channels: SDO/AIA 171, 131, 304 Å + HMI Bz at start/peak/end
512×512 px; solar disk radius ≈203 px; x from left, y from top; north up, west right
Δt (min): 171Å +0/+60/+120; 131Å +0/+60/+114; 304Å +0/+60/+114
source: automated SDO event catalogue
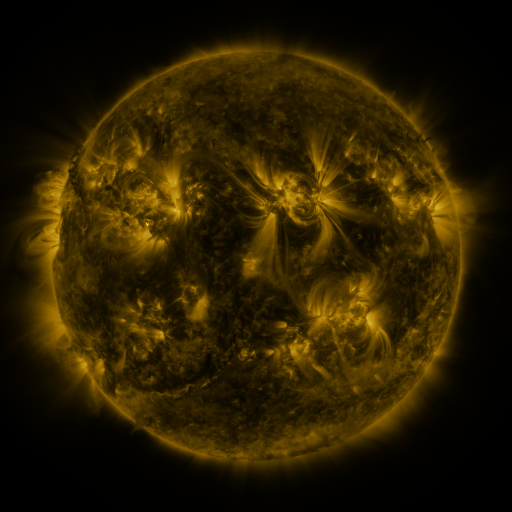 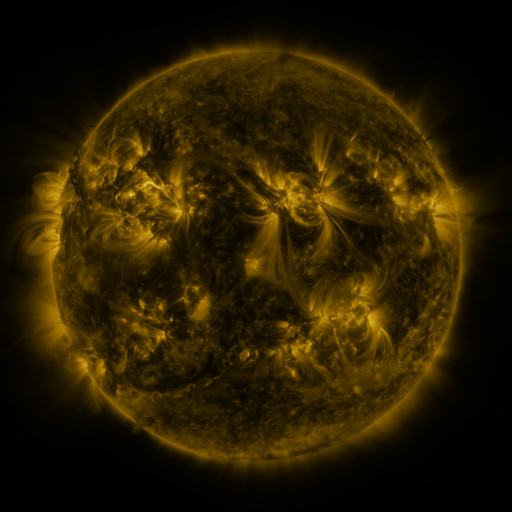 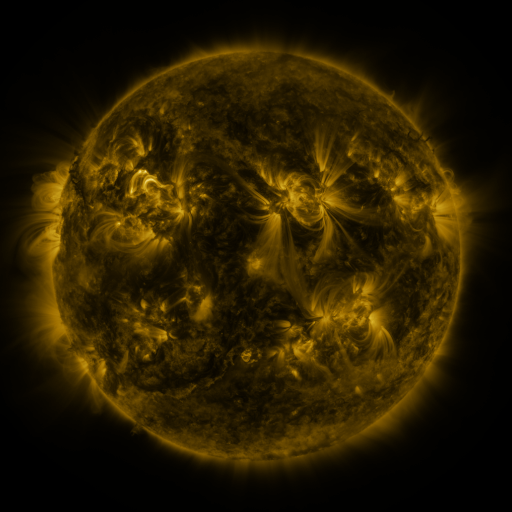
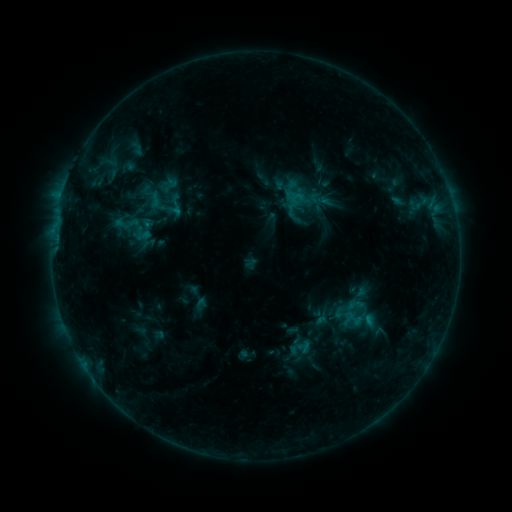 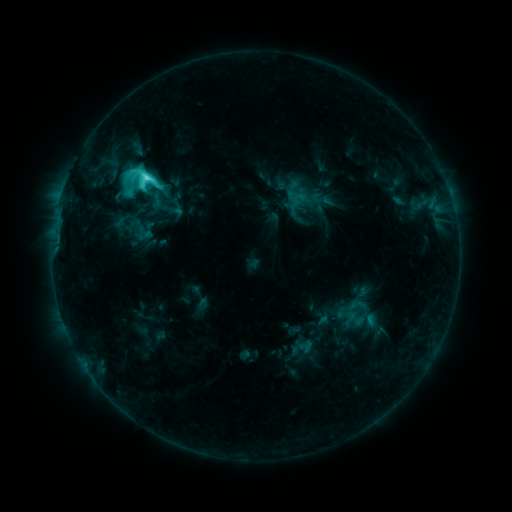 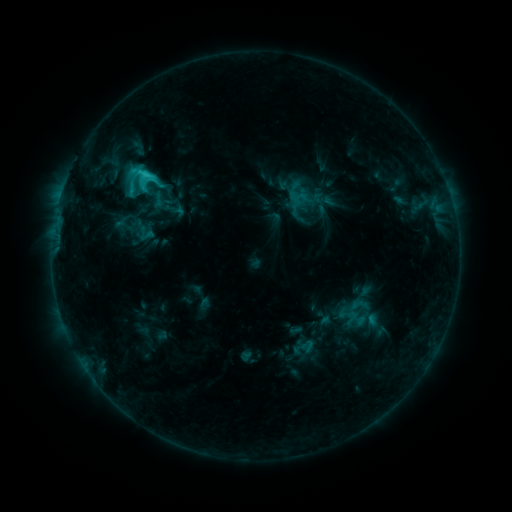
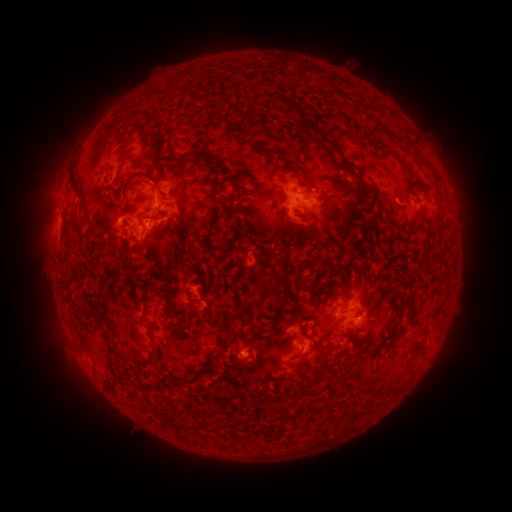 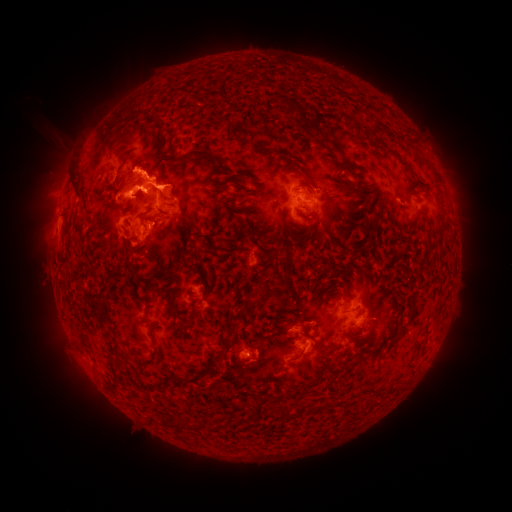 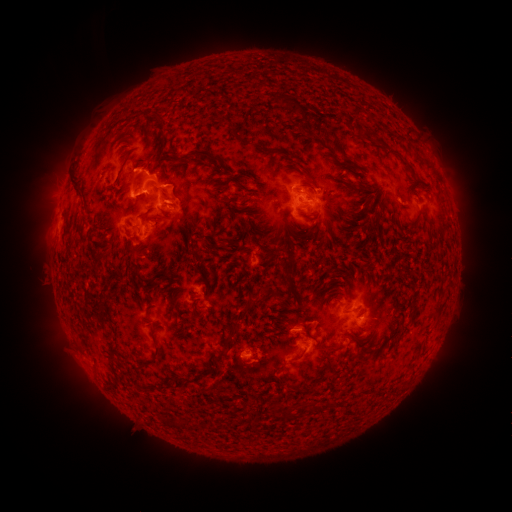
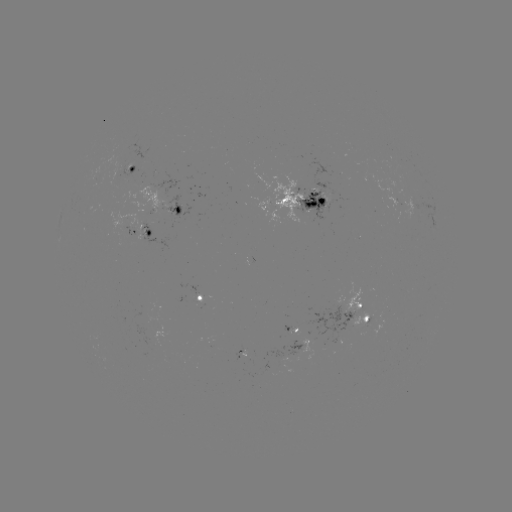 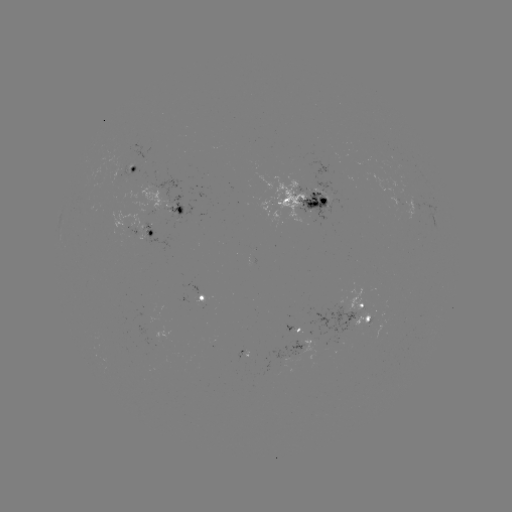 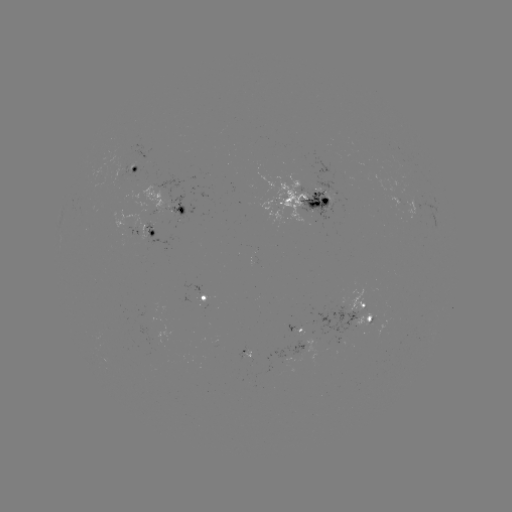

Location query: filament eruption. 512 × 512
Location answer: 98,134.